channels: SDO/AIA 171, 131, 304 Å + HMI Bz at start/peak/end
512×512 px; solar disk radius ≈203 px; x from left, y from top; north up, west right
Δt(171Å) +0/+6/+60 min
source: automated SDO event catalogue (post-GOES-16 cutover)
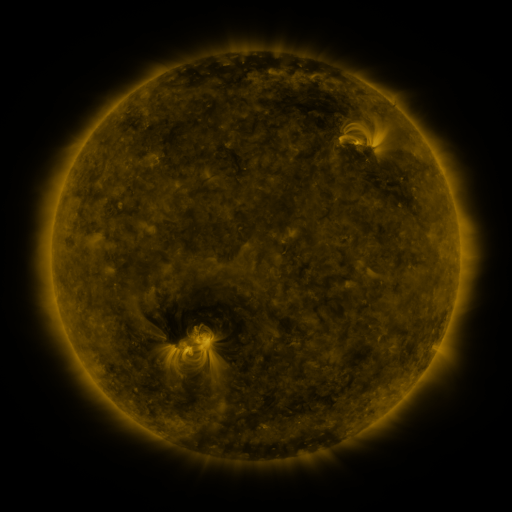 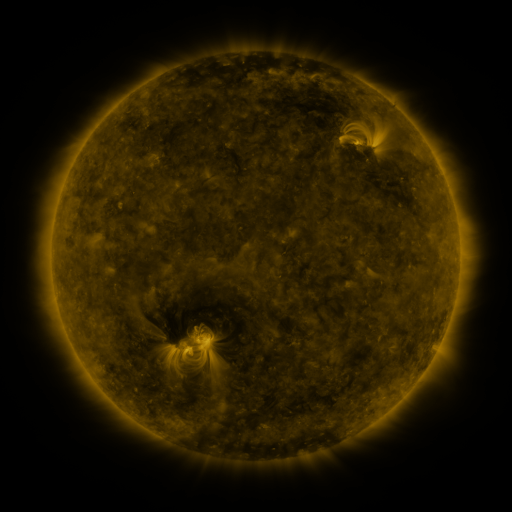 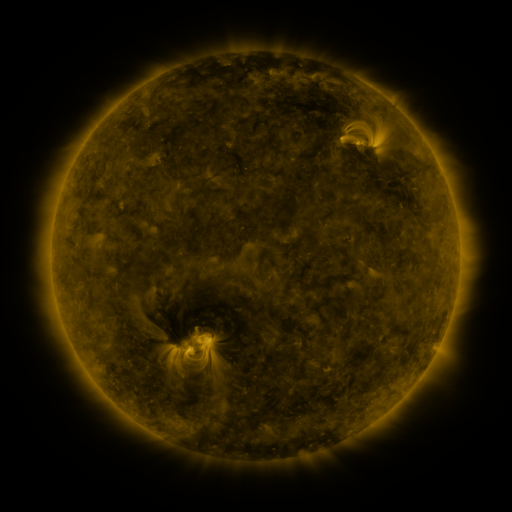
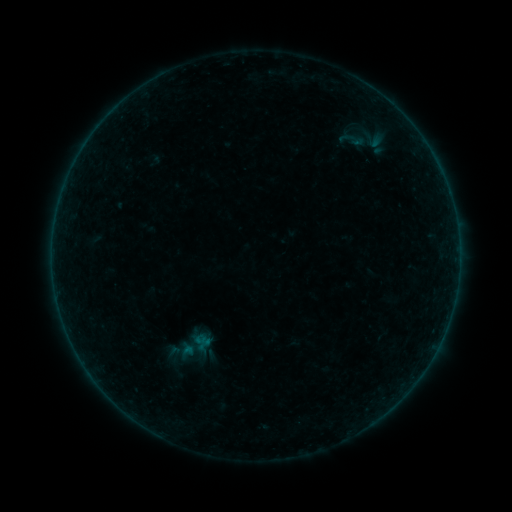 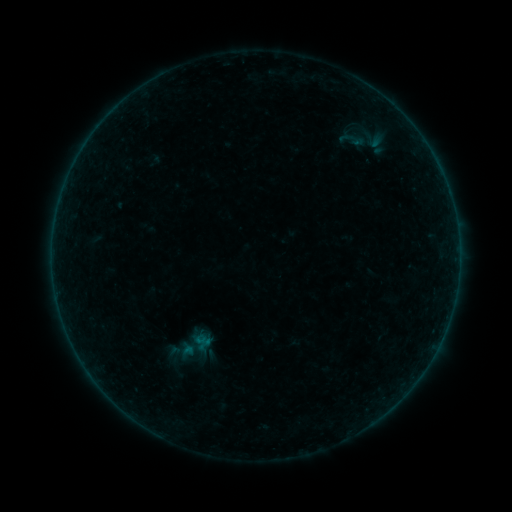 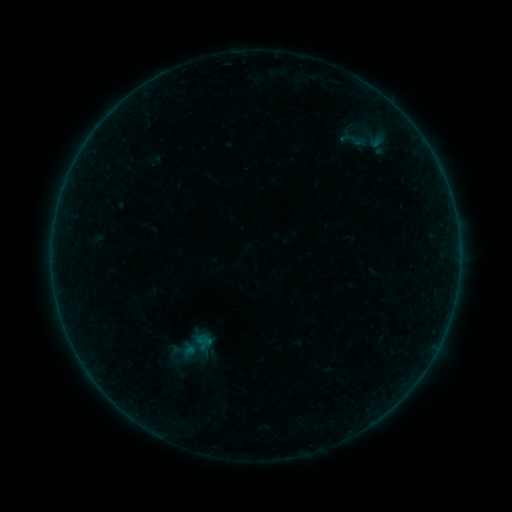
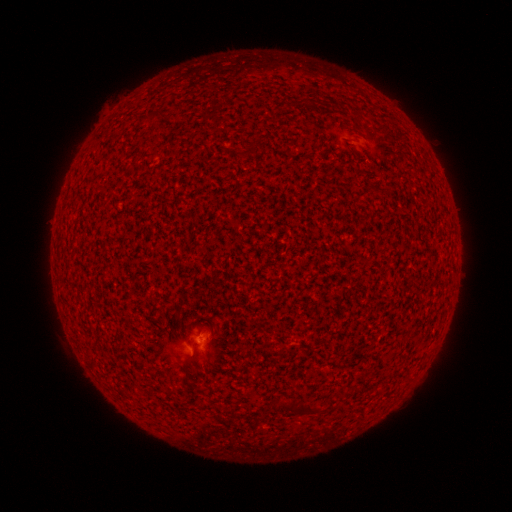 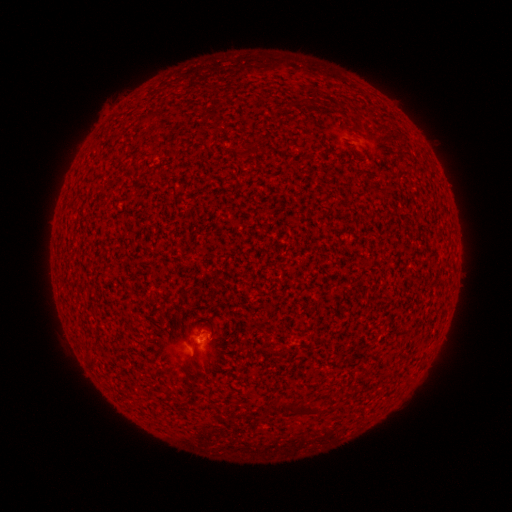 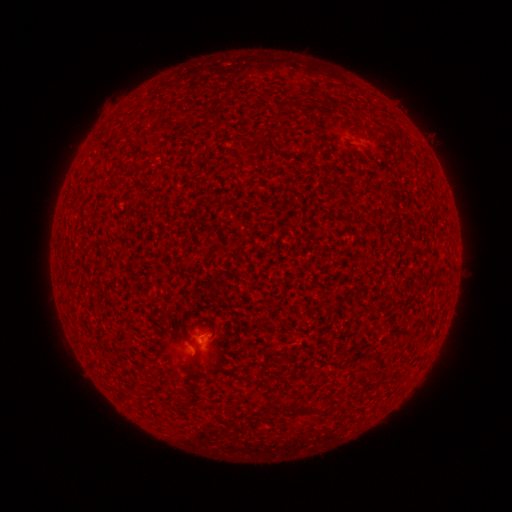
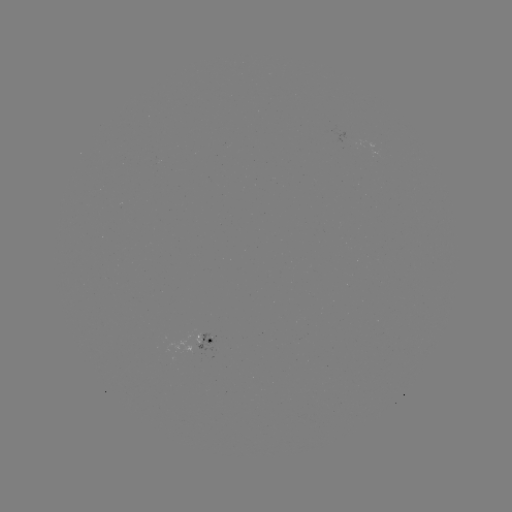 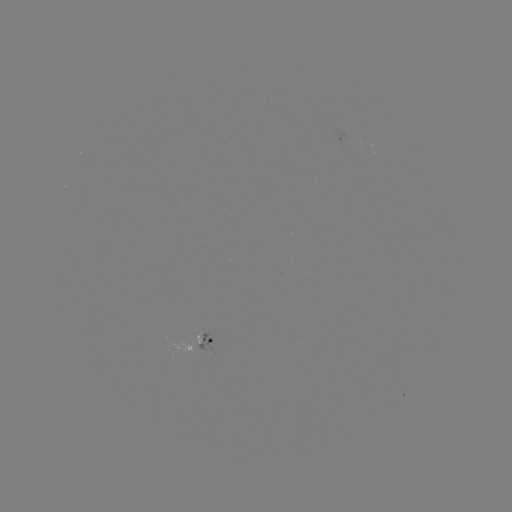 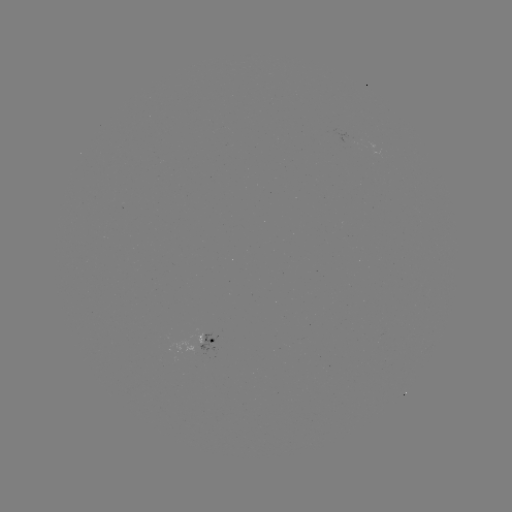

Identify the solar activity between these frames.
A5.8 flare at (201, 339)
